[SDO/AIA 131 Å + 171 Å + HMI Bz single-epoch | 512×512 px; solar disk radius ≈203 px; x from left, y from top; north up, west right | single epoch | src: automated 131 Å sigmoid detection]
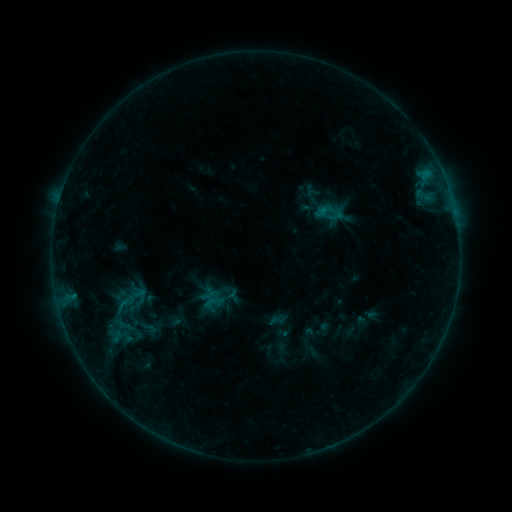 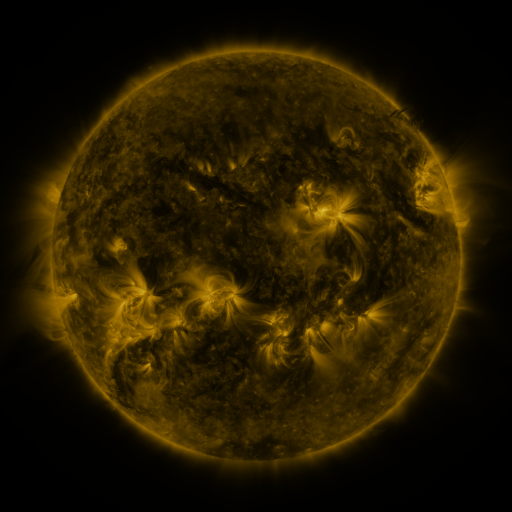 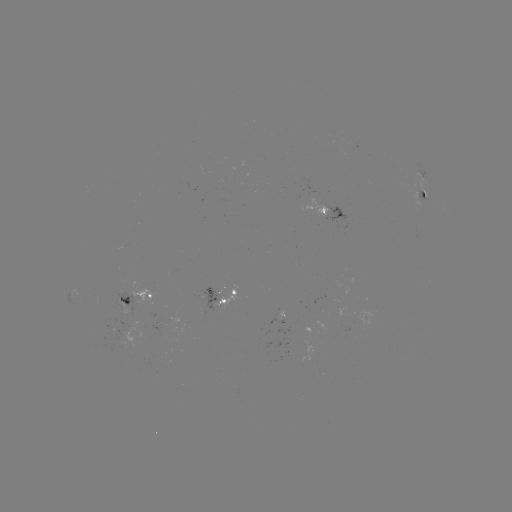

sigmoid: (201, 291, 225, 313)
